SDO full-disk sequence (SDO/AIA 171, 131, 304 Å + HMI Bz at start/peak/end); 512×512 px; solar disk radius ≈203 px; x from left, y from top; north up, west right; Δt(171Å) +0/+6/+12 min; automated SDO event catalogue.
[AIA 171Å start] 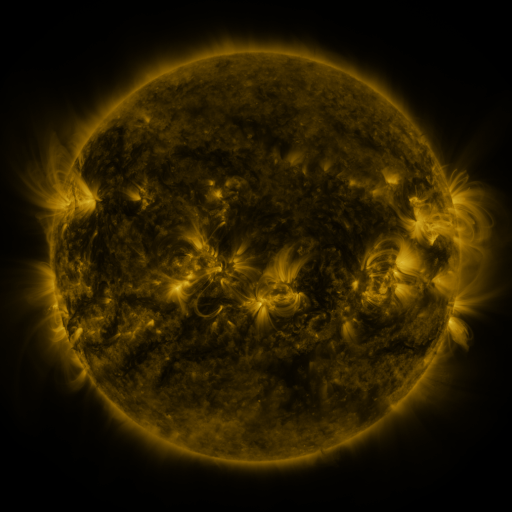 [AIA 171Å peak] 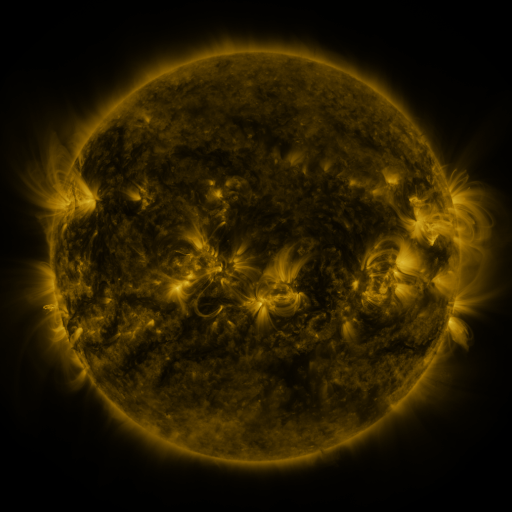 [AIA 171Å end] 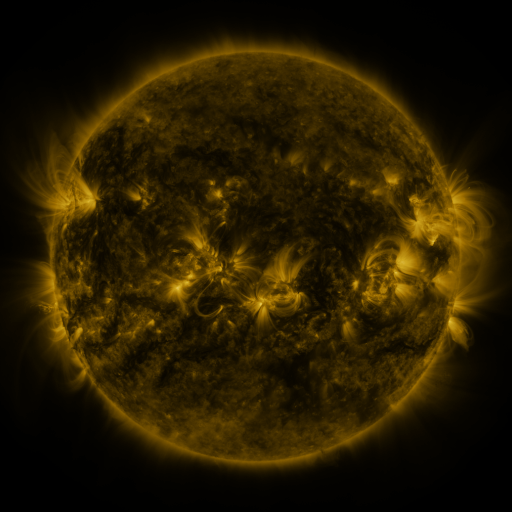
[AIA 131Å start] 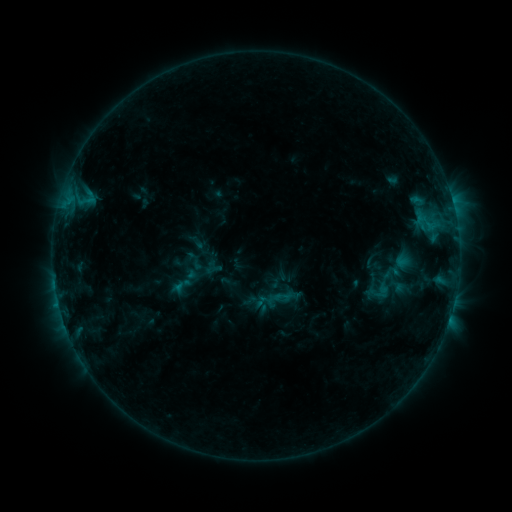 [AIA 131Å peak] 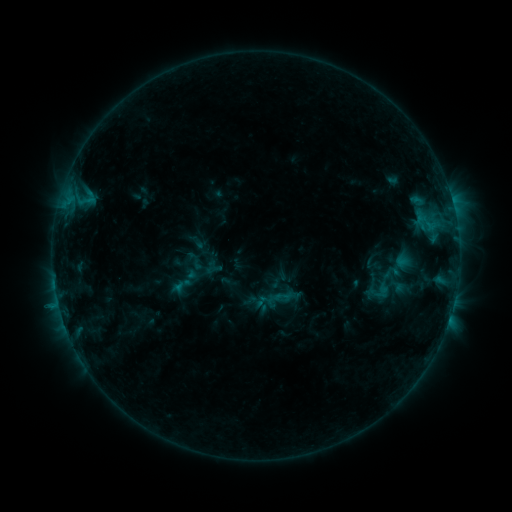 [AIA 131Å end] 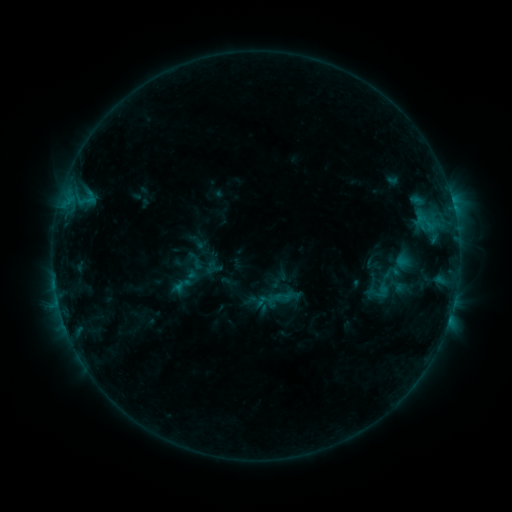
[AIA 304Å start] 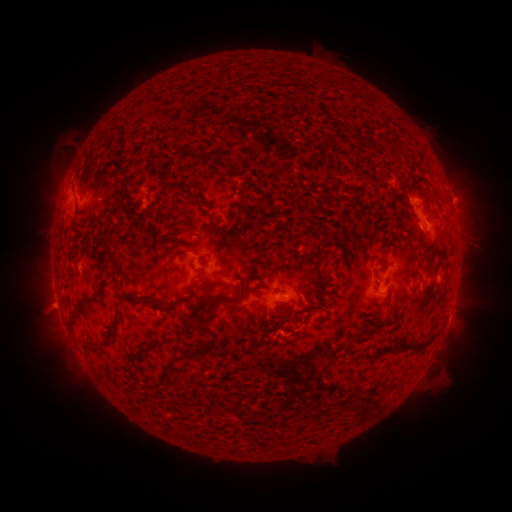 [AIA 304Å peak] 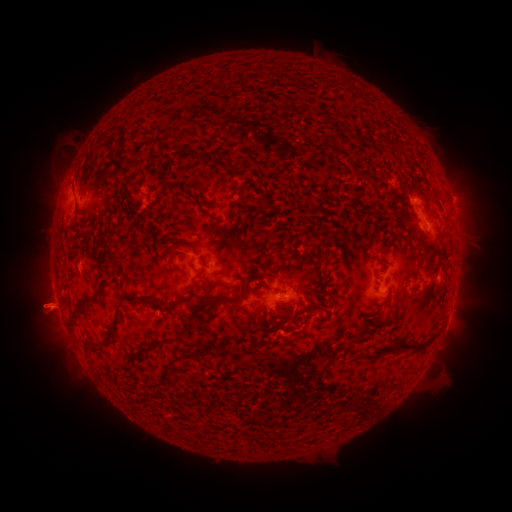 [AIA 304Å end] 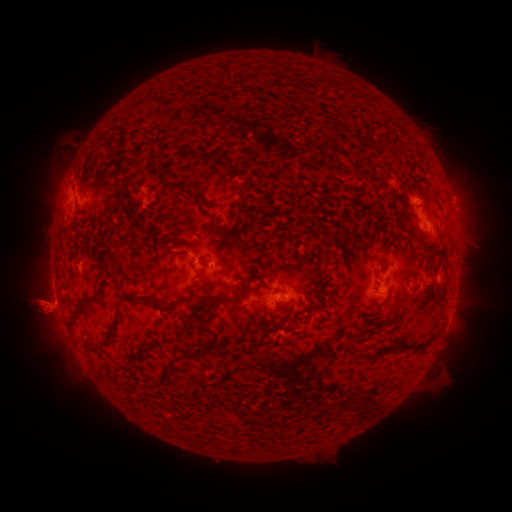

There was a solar eruption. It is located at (42, 309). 